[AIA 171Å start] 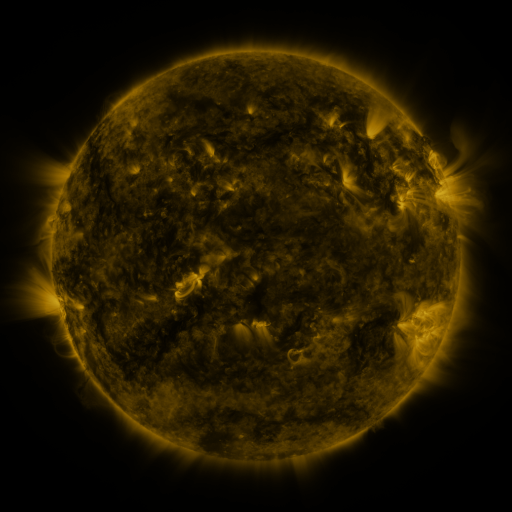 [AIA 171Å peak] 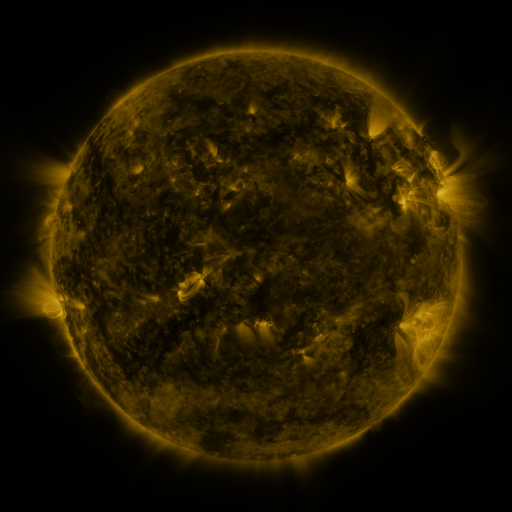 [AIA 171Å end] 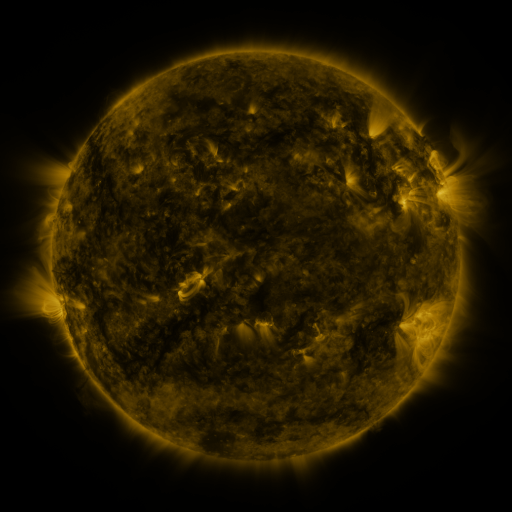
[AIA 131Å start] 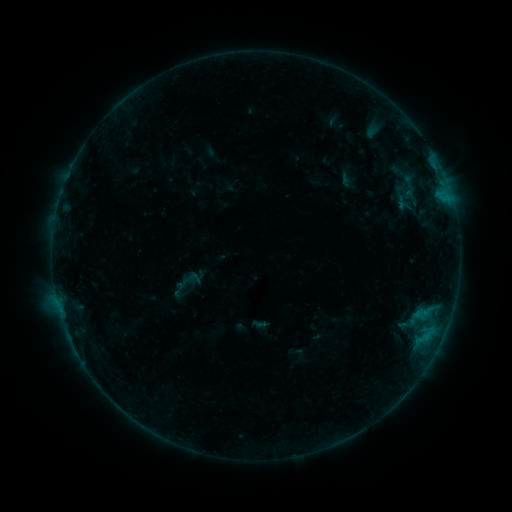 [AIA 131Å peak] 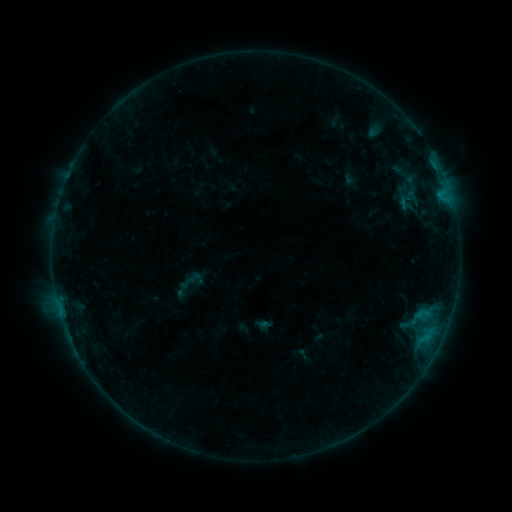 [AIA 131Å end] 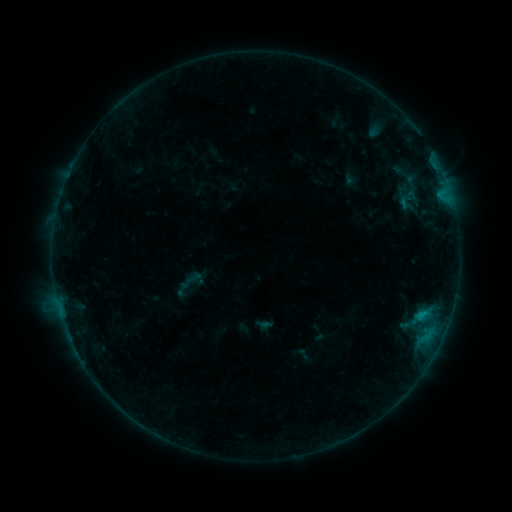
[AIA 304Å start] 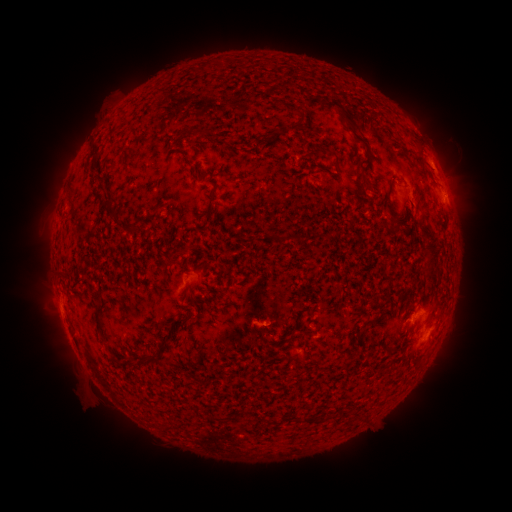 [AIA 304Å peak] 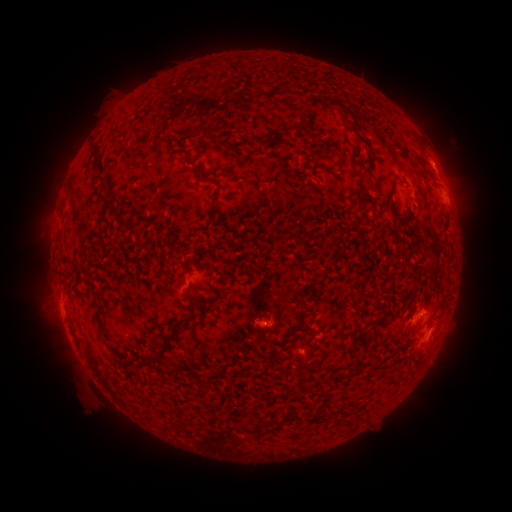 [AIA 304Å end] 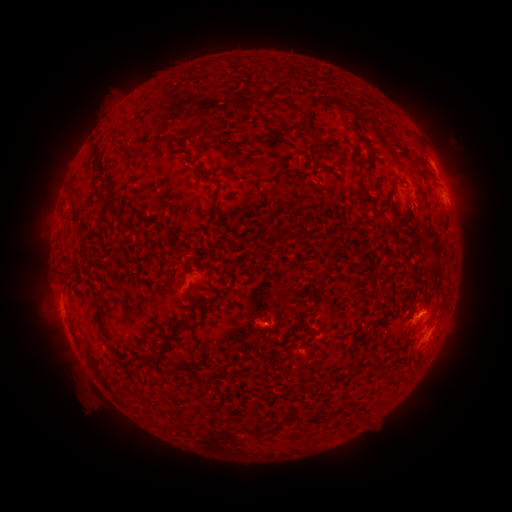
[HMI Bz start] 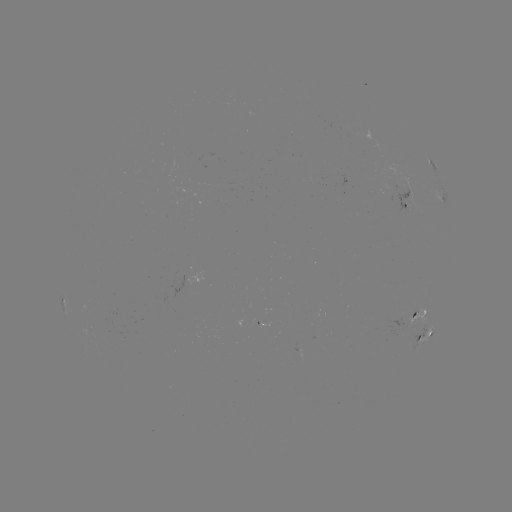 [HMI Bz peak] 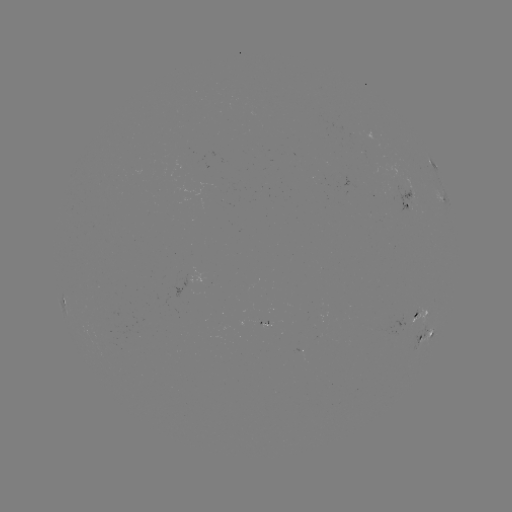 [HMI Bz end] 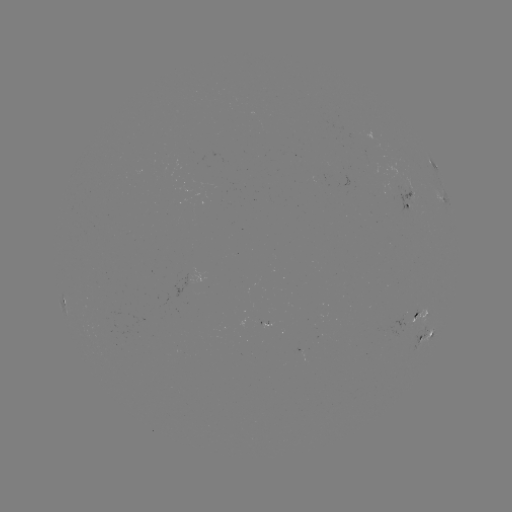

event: emerging-flux region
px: (268, 323)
